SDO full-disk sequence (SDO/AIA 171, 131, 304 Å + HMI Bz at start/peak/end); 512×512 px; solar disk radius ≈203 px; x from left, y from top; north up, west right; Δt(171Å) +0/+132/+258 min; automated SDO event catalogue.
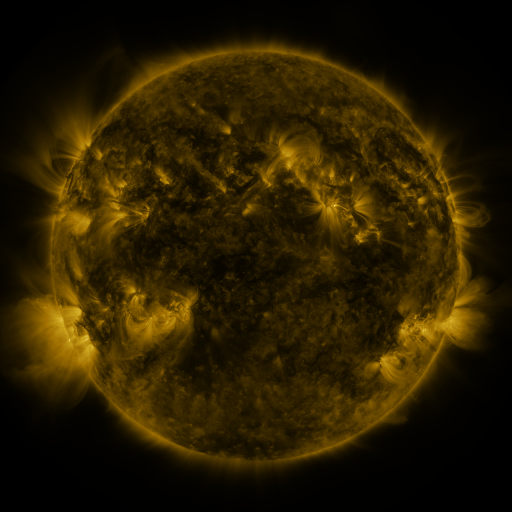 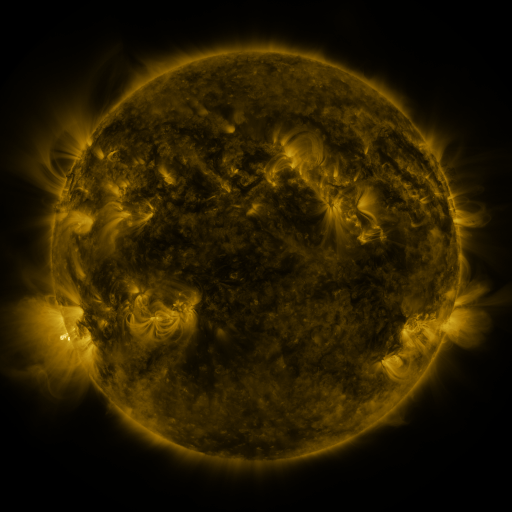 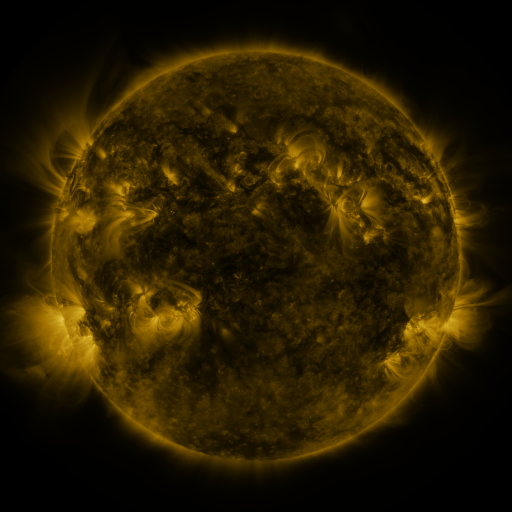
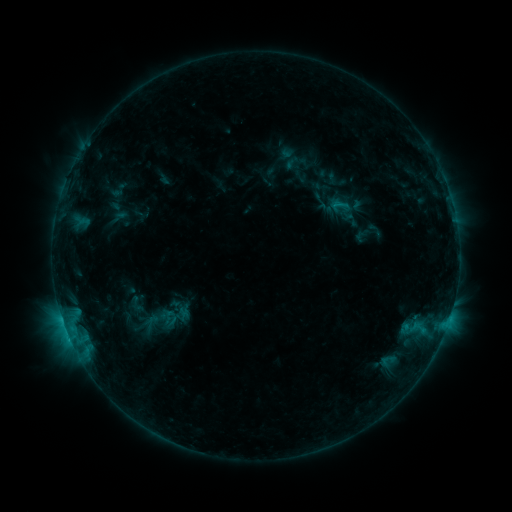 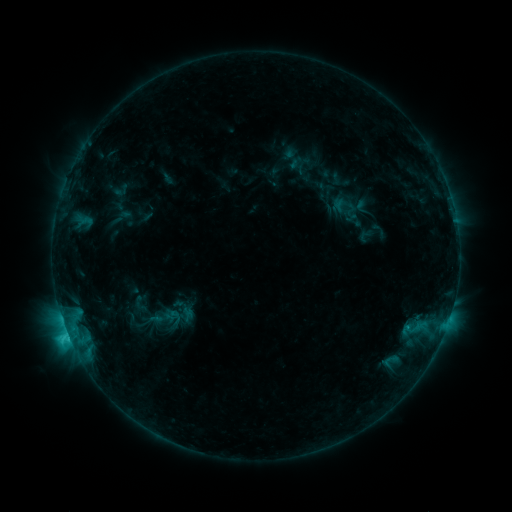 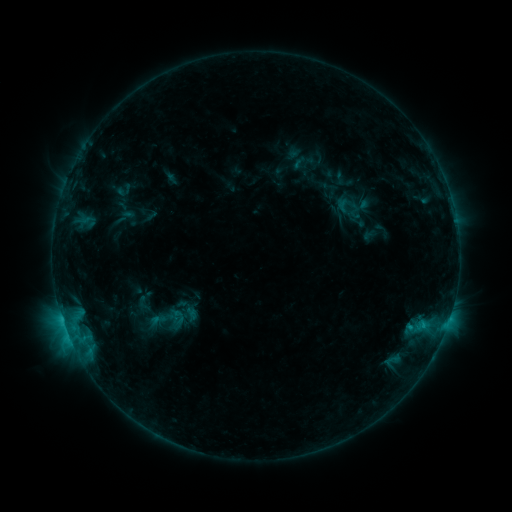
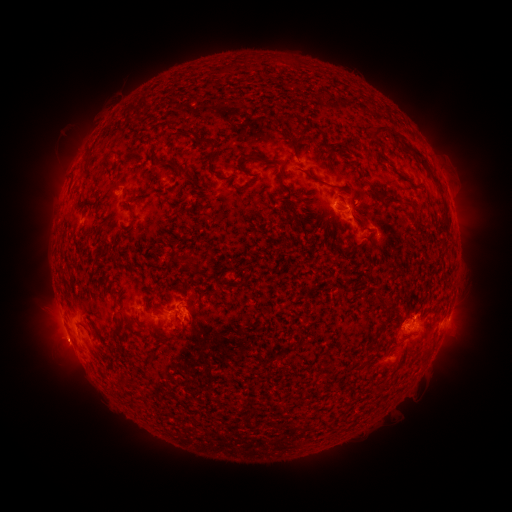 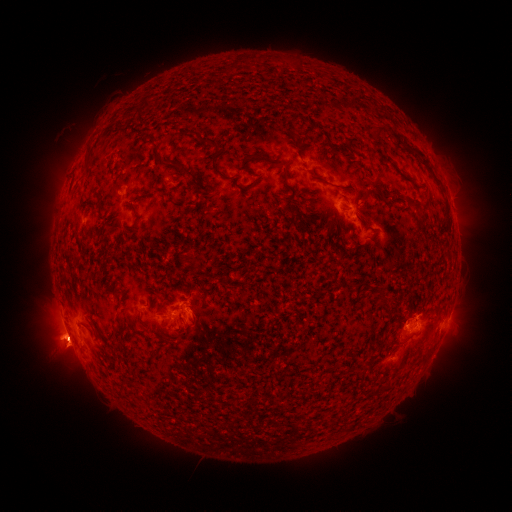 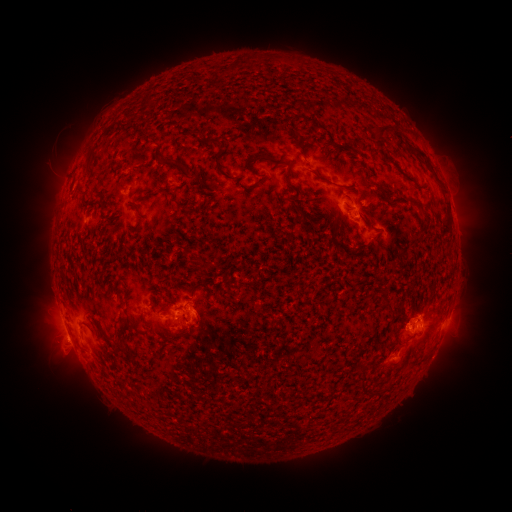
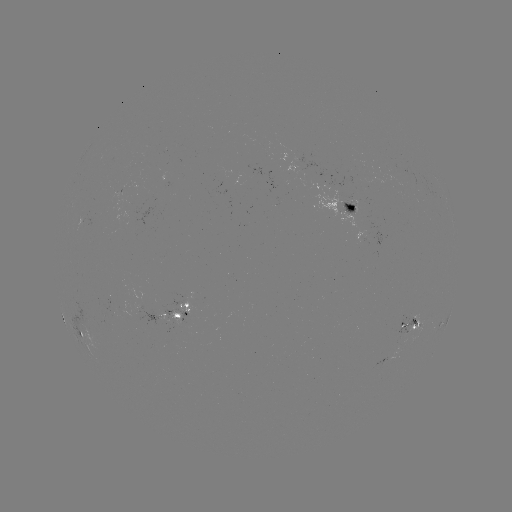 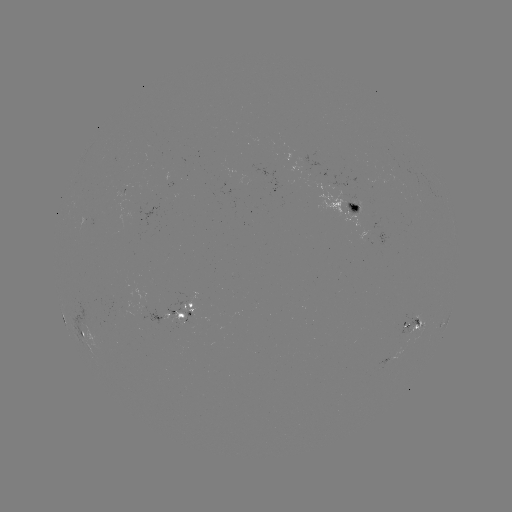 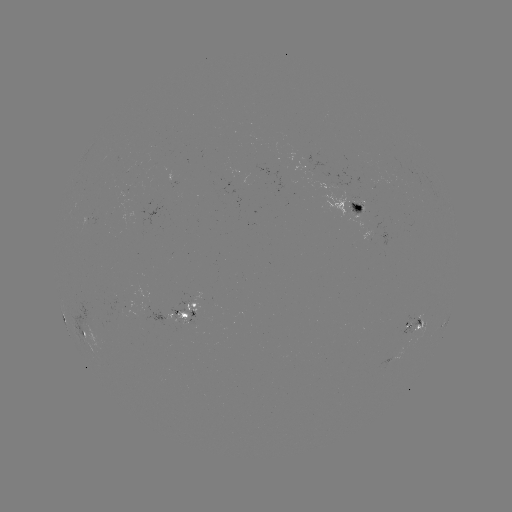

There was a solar filament eruption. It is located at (104, 157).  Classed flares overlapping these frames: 2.